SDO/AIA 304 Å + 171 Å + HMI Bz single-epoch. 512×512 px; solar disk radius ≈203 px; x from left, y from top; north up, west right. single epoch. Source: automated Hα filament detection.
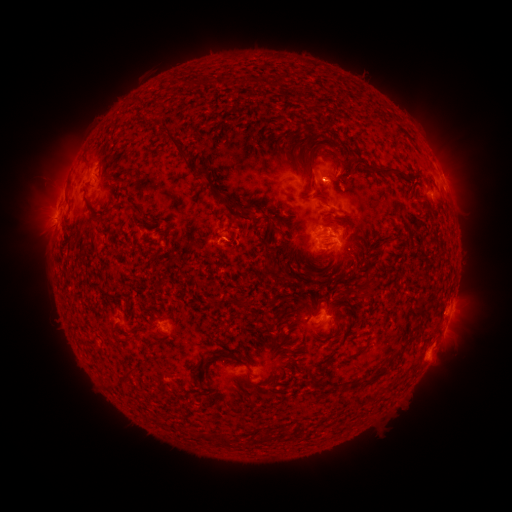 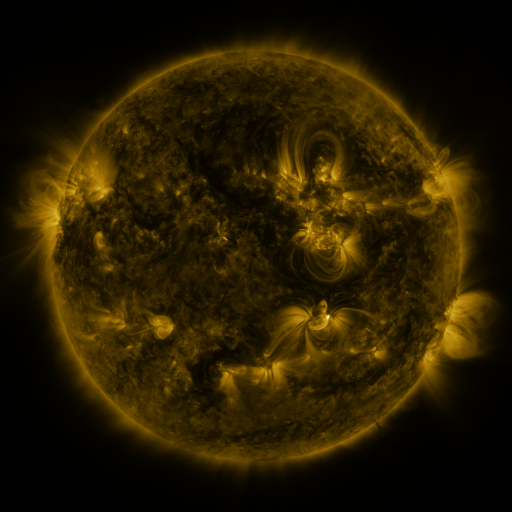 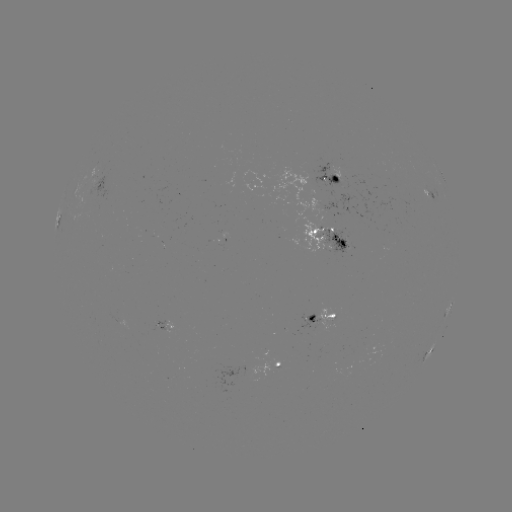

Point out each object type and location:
filament: (244, 82)
filament: (305, 129)
filament: (175, 144)
filament: (270, 153)
filament: (281, 156)
filament: (311, 158)
filament: (300, 165)
filament: (338, 166)
filament: (393, 171)
filament: (342, 180)
filament: (211, 187)
filament: (239, 193)
filament: (104, 215)
filament: (239, 217)
filament: (267, 219)
filament: (235, 237)
filament: (395, 239)
filament: (344, 248)
filament: (314, 274)
filament: (366, 282)
filament: (237, 302)
filament: (419, 303)
filament: (332, 316)
filament: (414, 328)
filament: (115, 334)
filament: (402, 346)
filament: (204, 368)
filament: (249, 369)
filament: (126, 375)
filament: (368, 381)
filament: (266, 436)
filament: (223, 439)
